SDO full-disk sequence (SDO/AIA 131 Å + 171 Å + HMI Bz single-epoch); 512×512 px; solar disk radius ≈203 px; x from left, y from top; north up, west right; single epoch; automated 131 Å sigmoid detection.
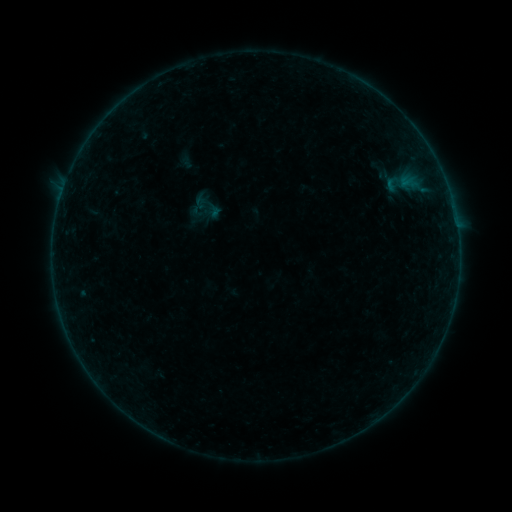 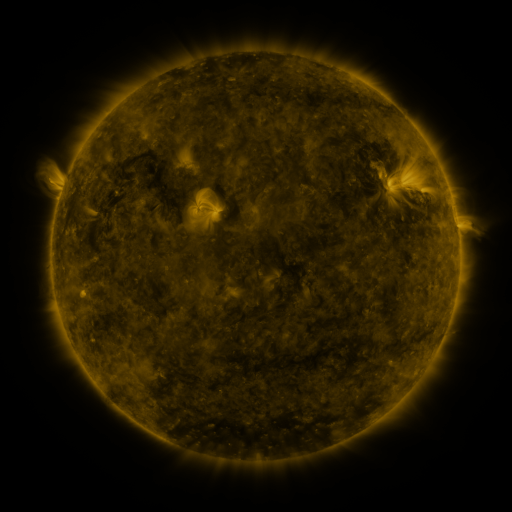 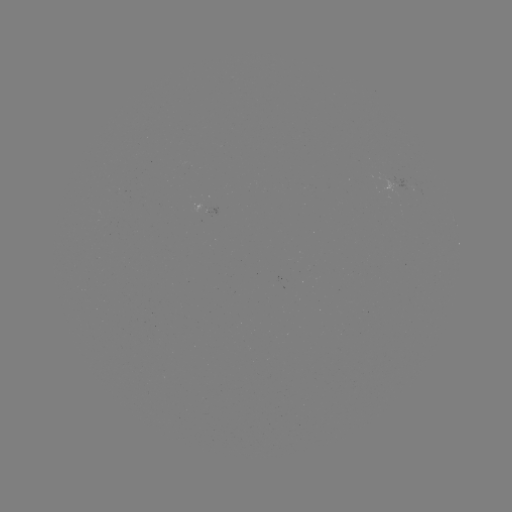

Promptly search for sigmoid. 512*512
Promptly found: (208, 207).